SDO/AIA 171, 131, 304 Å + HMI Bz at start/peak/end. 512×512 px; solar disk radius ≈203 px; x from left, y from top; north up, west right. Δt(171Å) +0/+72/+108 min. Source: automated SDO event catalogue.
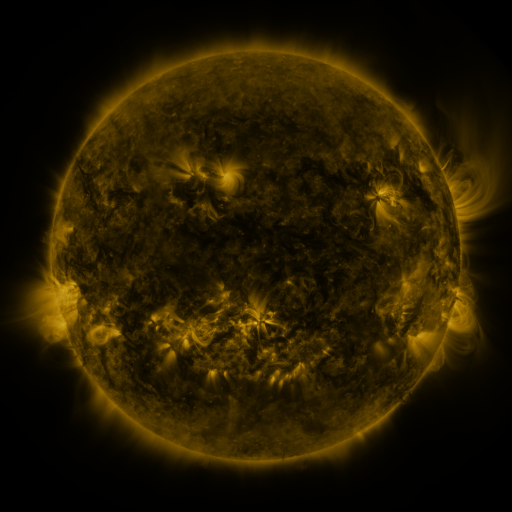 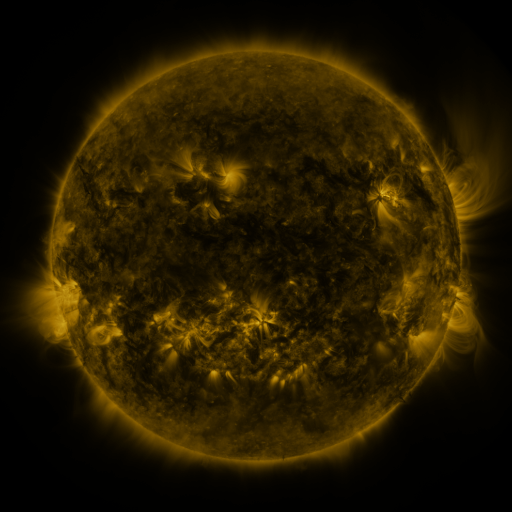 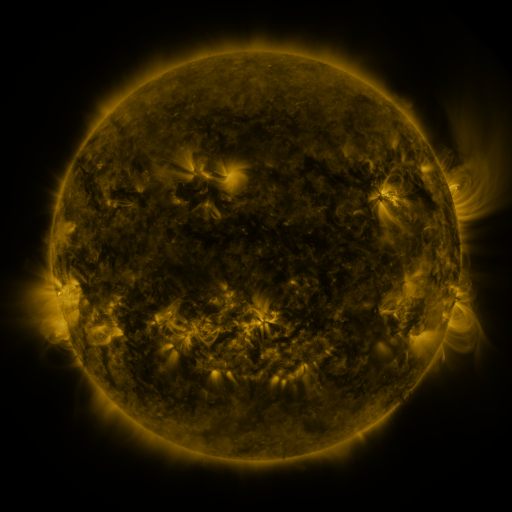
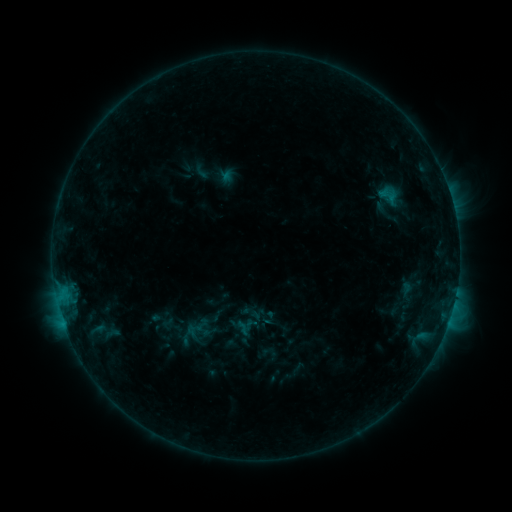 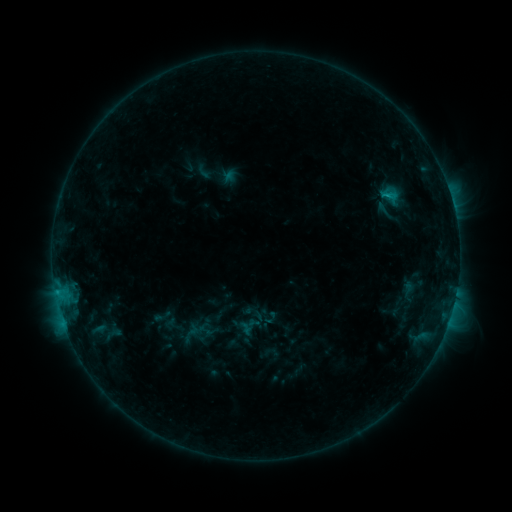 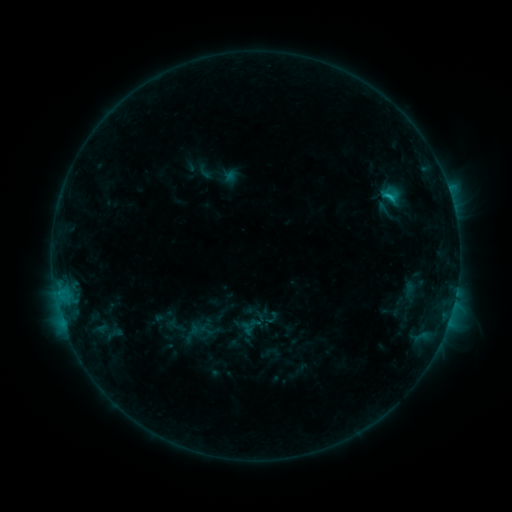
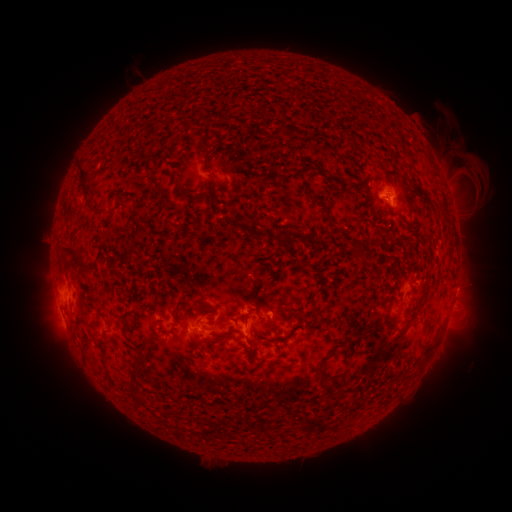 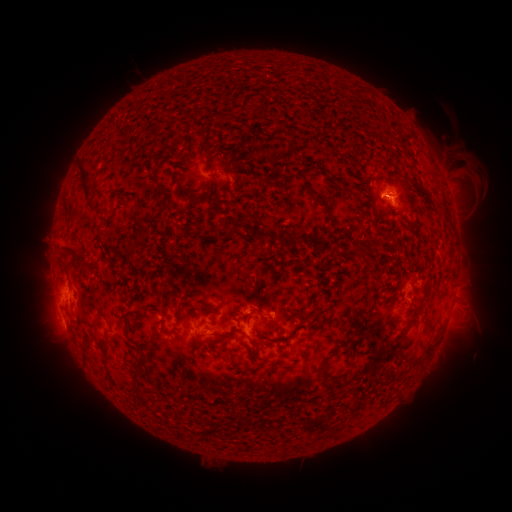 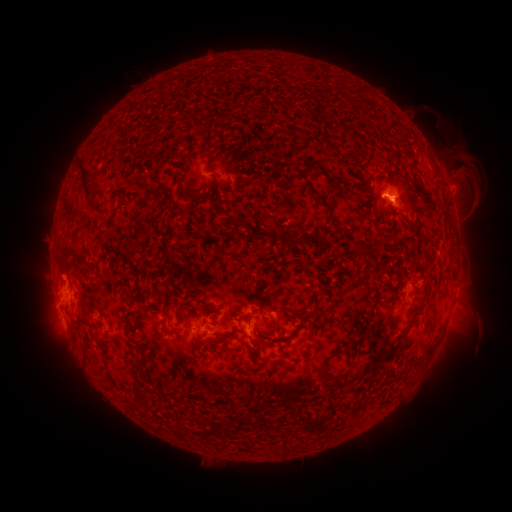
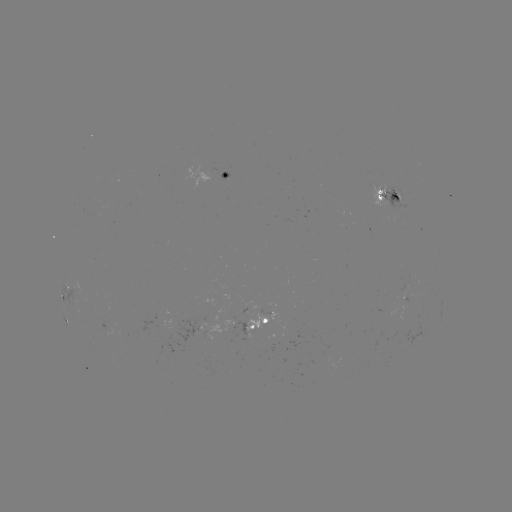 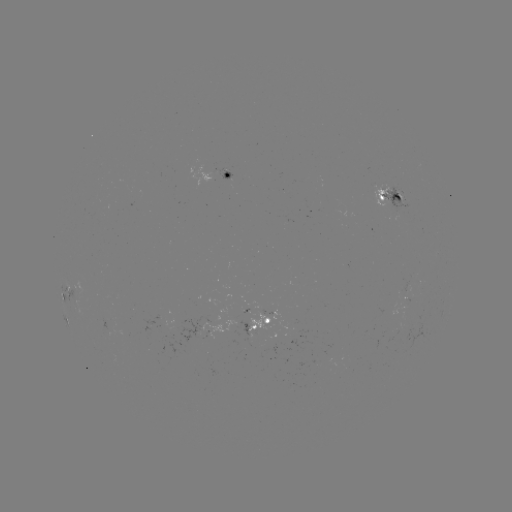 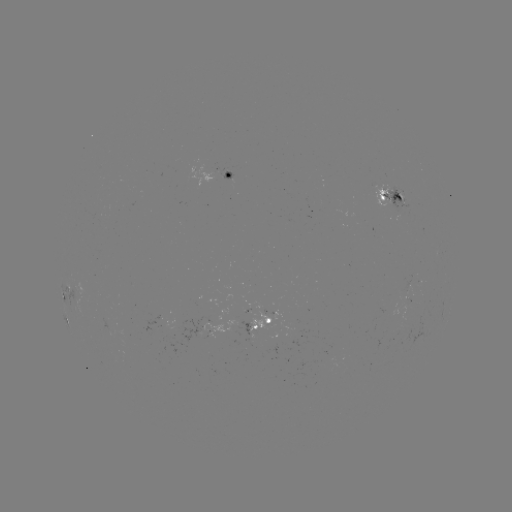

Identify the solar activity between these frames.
emerging-flux region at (222, 169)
